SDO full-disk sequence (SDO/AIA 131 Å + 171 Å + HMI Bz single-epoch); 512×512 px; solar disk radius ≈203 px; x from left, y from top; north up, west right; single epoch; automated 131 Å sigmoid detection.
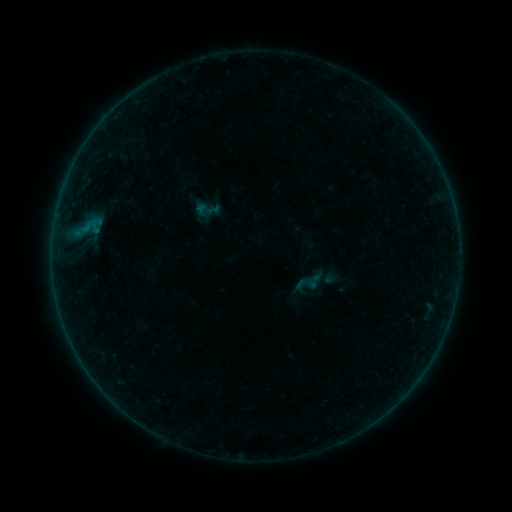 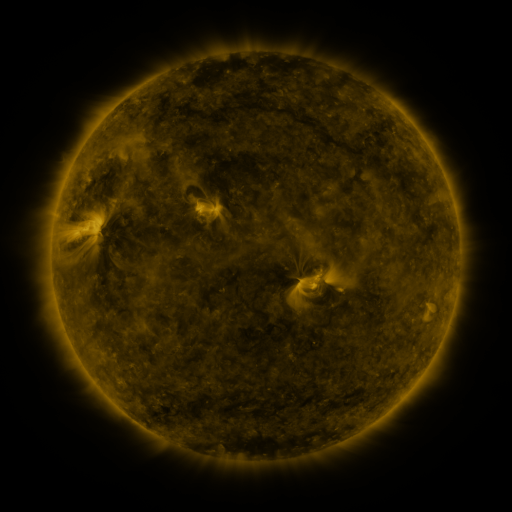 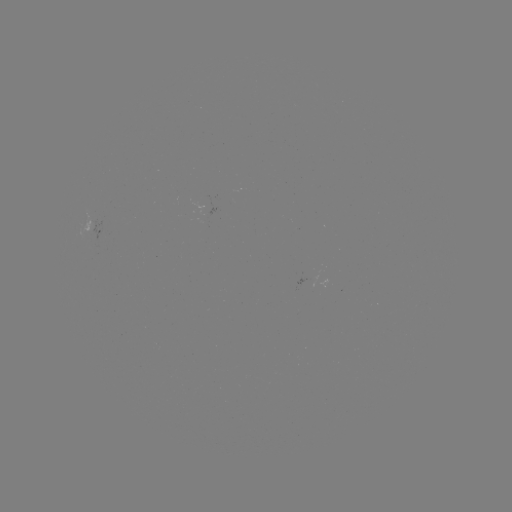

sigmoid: (305, 272, 323, 291)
